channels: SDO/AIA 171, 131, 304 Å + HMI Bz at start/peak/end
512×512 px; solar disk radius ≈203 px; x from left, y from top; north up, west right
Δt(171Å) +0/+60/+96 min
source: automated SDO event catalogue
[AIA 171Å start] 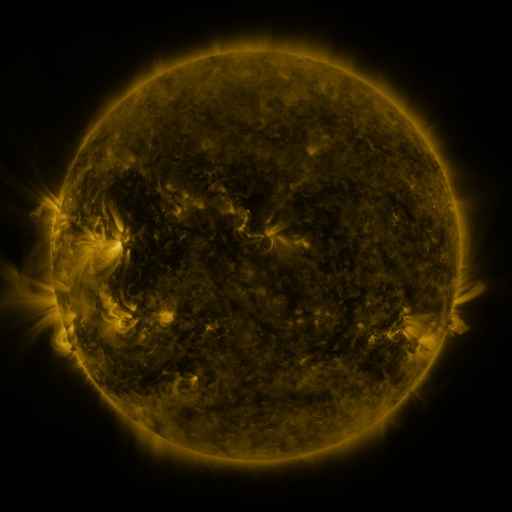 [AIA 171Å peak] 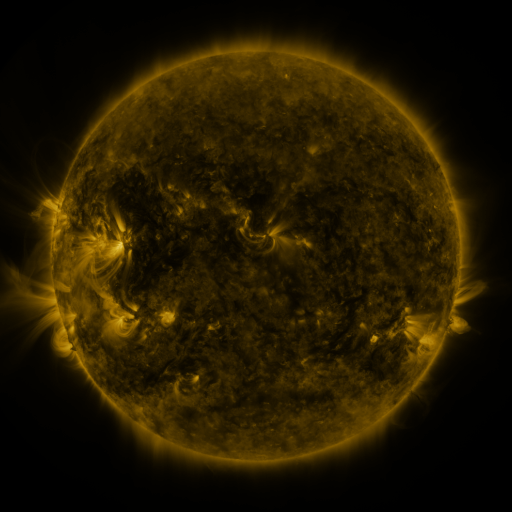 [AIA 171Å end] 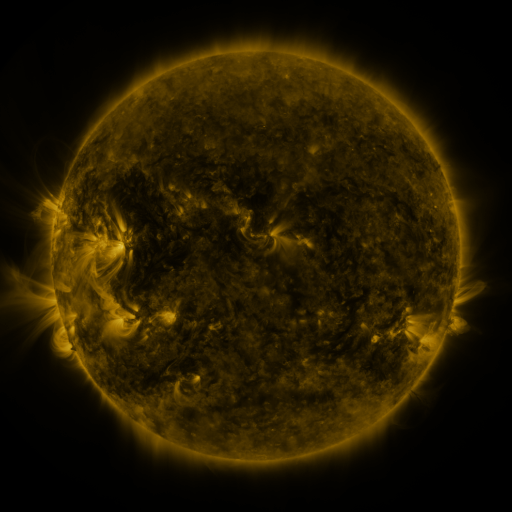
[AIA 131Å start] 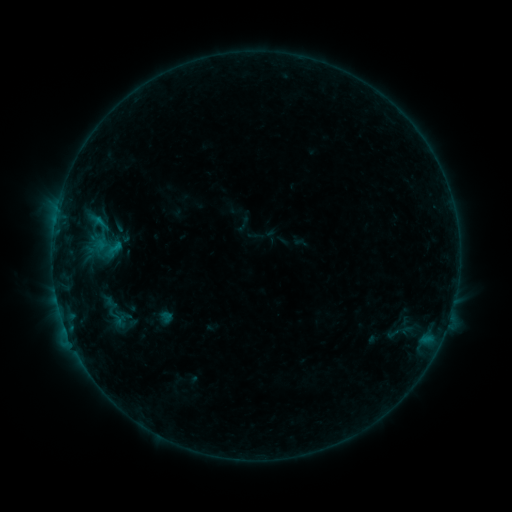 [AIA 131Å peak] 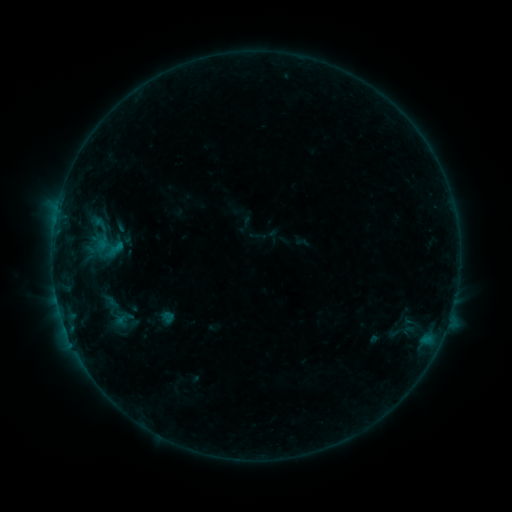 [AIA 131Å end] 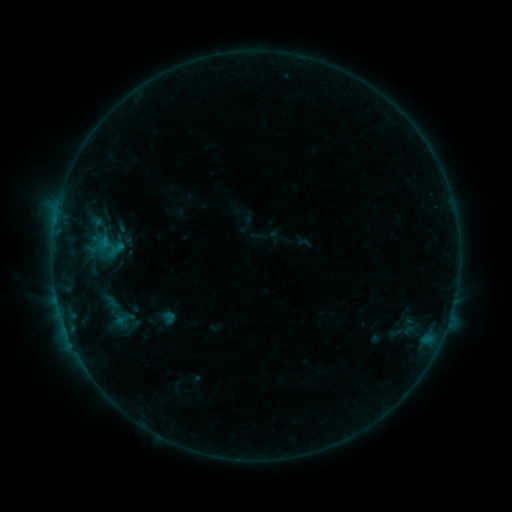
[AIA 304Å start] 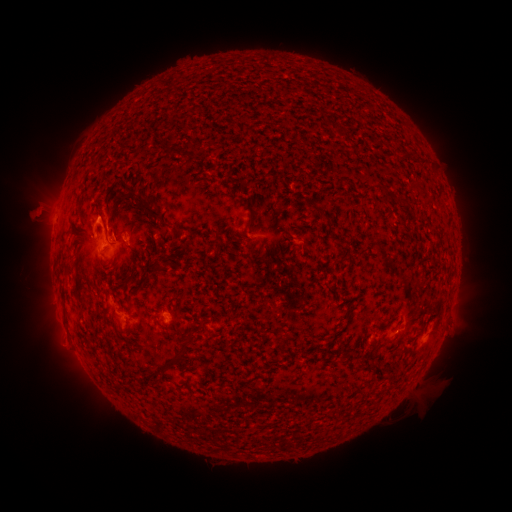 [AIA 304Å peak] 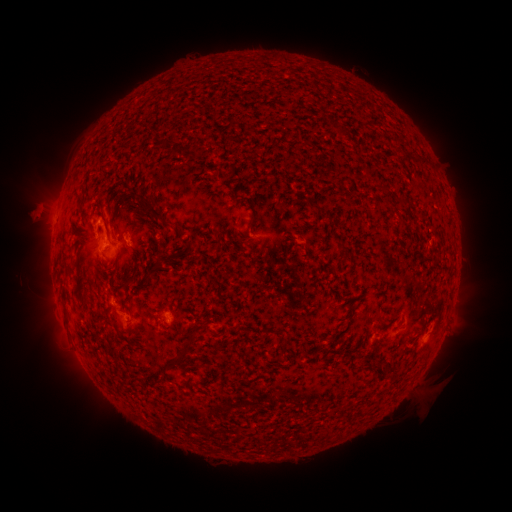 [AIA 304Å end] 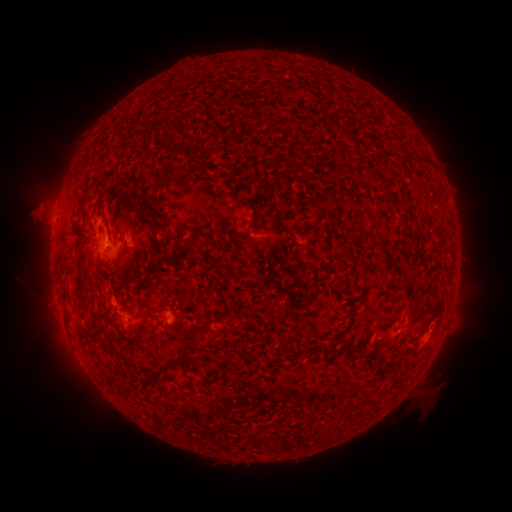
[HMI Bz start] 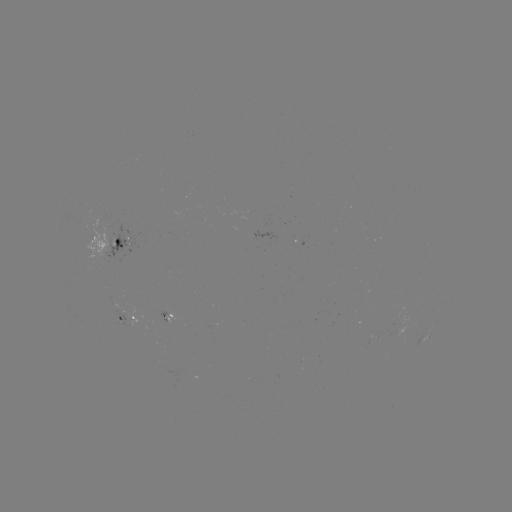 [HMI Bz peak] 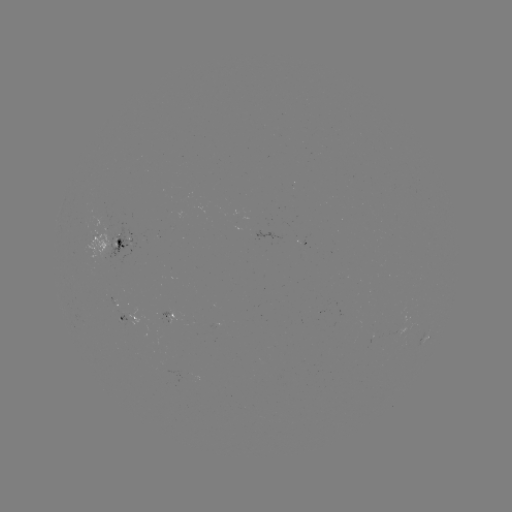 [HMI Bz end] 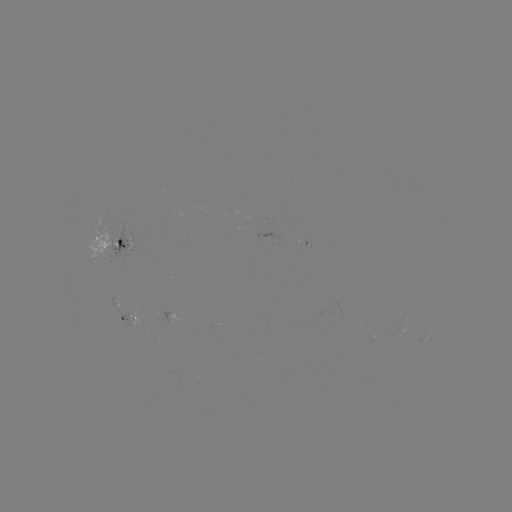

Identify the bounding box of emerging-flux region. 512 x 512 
[86, 214, 111, 257].